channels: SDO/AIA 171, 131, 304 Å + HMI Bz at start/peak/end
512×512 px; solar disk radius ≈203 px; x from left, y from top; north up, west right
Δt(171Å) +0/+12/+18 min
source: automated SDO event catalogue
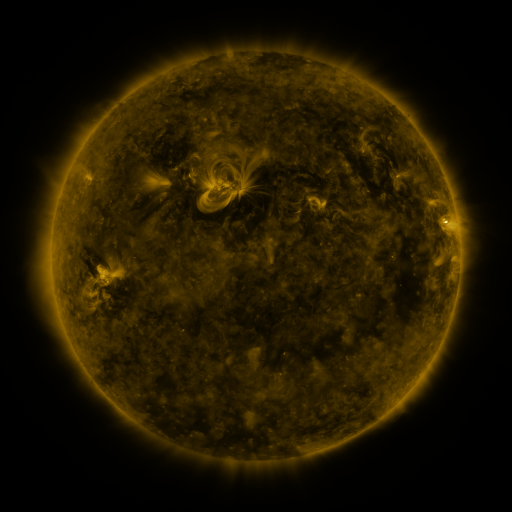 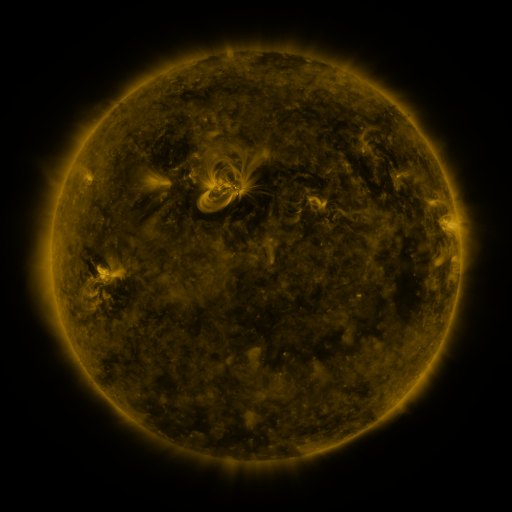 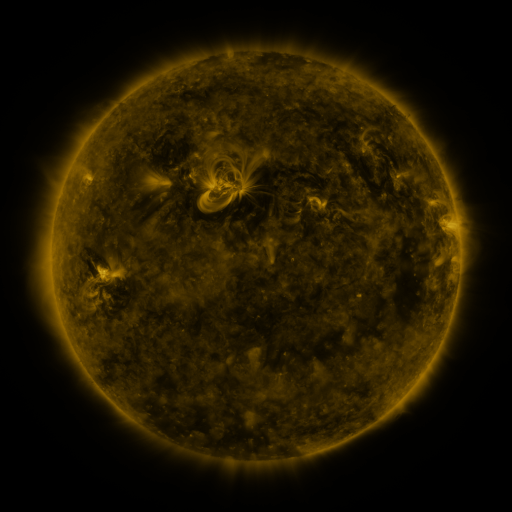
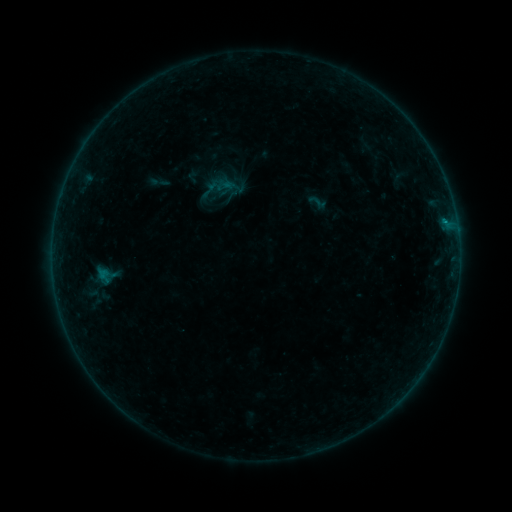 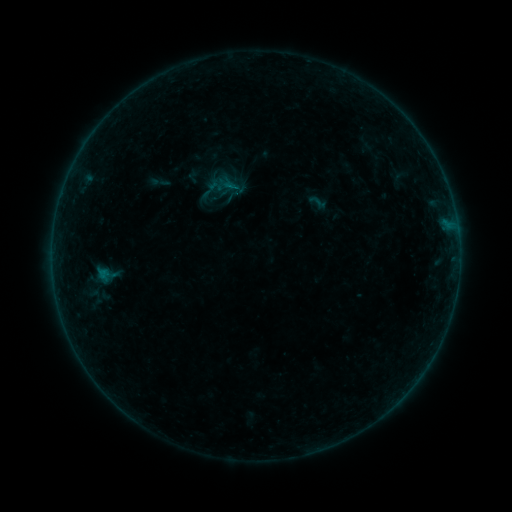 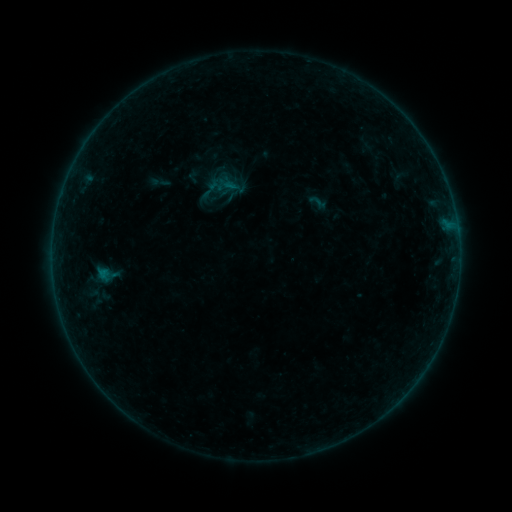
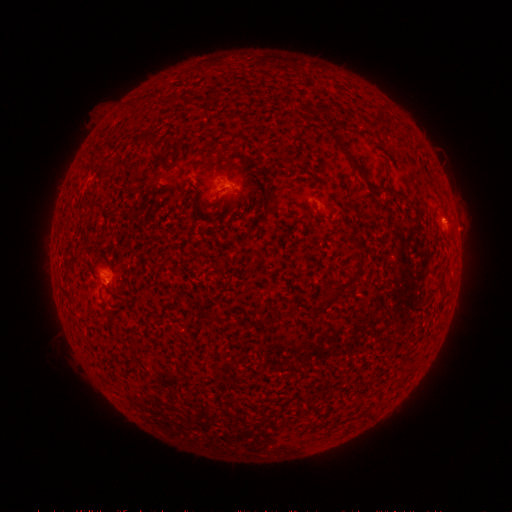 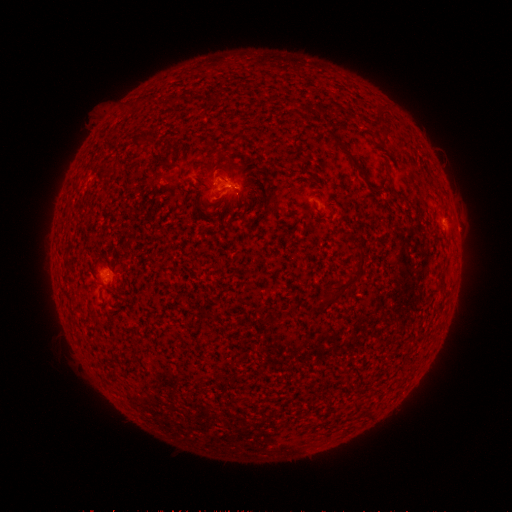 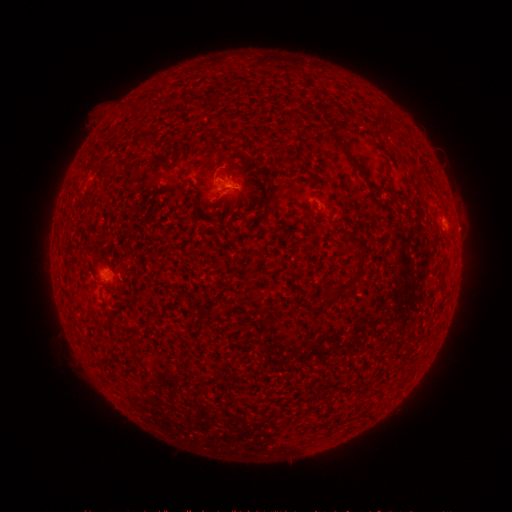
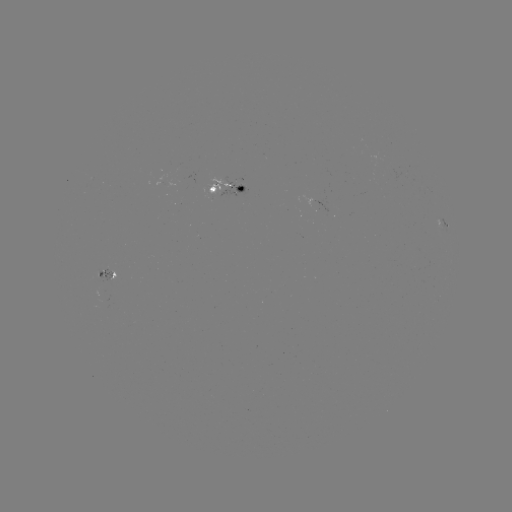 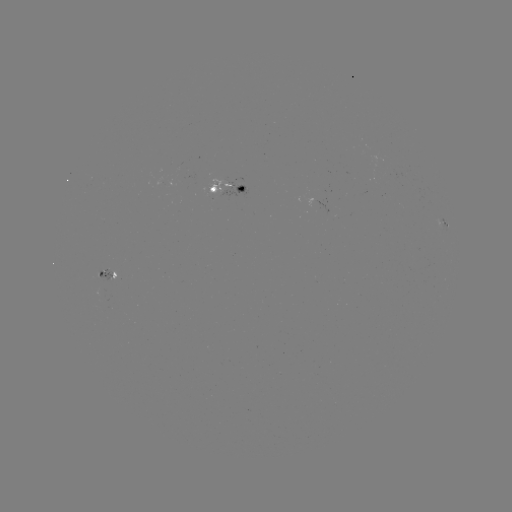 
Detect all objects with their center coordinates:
B2.4 flare: (235, 190)
